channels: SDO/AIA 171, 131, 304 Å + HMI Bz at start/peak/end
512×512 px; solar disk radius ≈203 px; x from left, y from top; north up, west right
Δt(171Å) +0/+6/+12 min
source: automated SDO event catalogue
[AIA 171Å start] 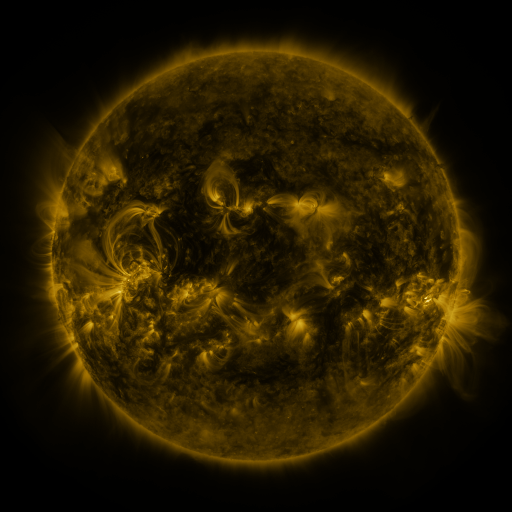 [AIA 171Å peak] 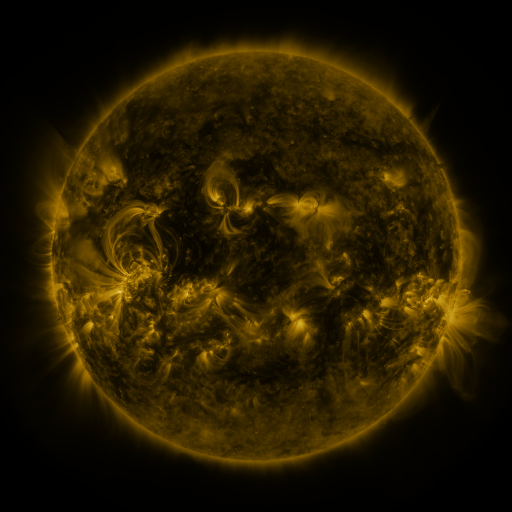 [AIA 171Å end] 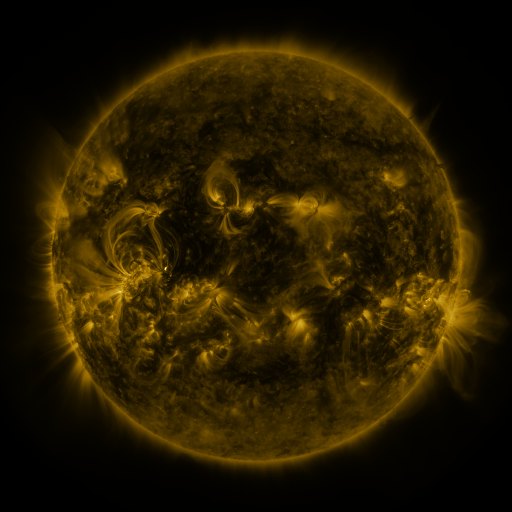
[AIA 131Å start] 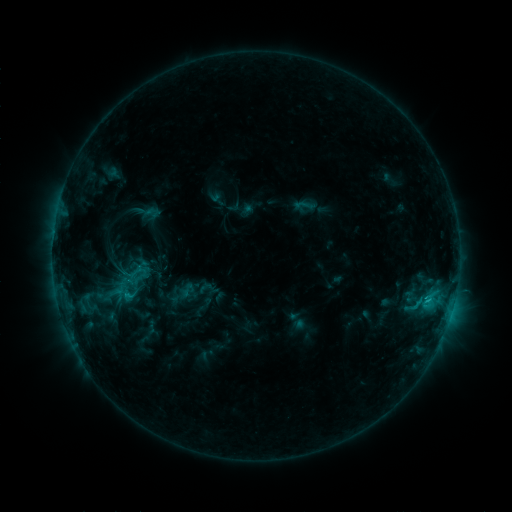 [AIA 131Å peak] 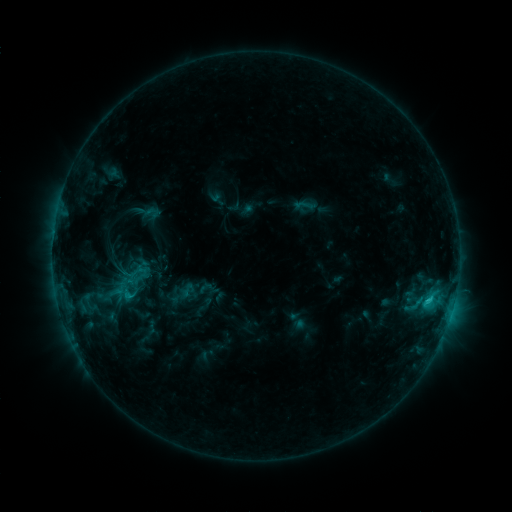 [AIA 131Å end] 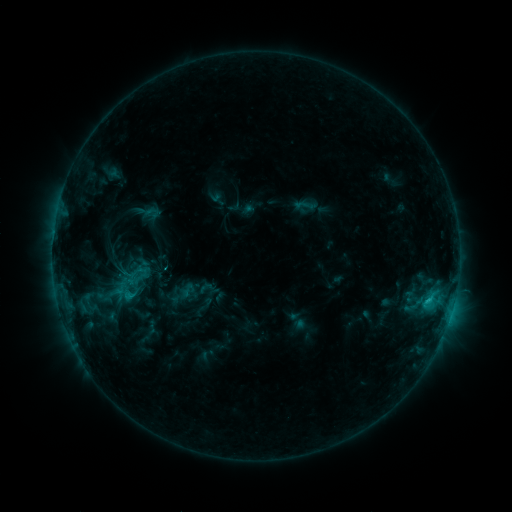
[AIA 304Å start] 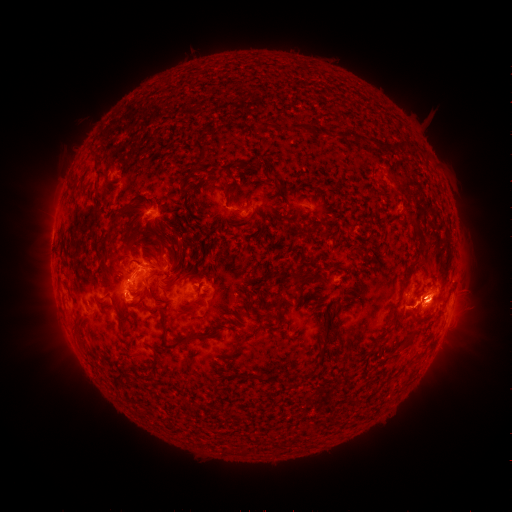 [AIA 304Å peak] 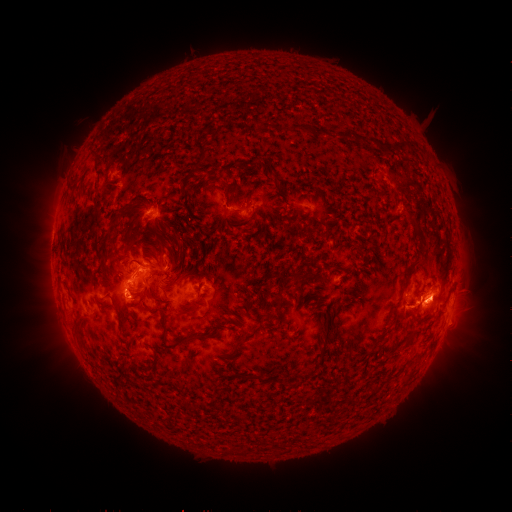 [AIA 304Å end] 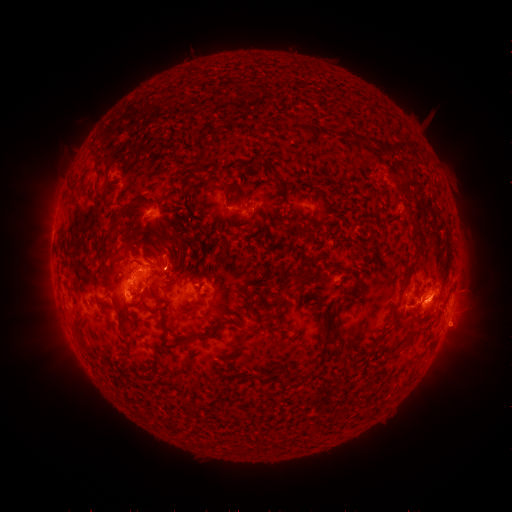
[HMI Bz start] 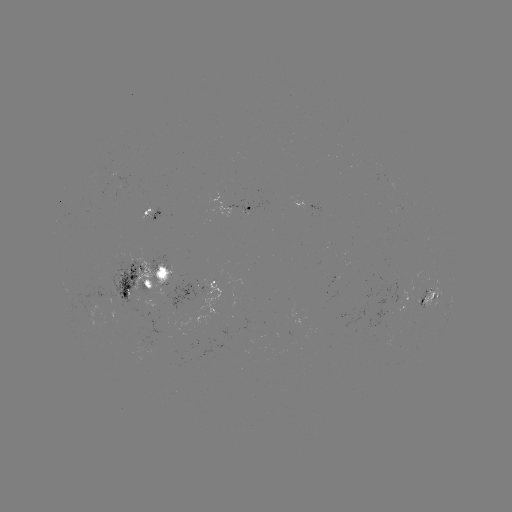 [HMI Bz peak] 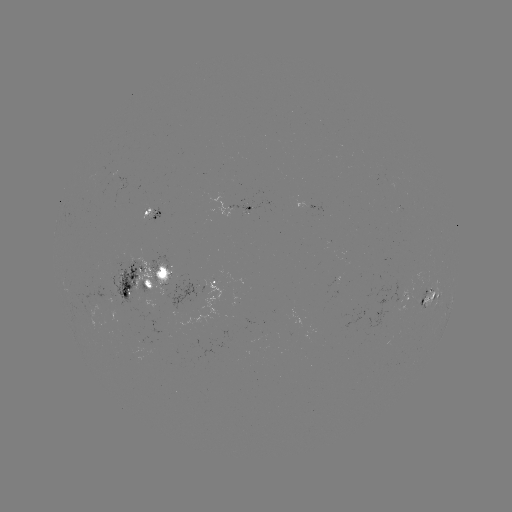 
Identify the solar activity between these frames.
eruption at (445, 308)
